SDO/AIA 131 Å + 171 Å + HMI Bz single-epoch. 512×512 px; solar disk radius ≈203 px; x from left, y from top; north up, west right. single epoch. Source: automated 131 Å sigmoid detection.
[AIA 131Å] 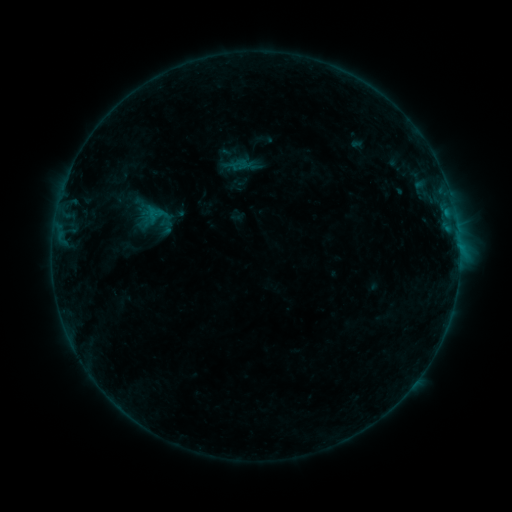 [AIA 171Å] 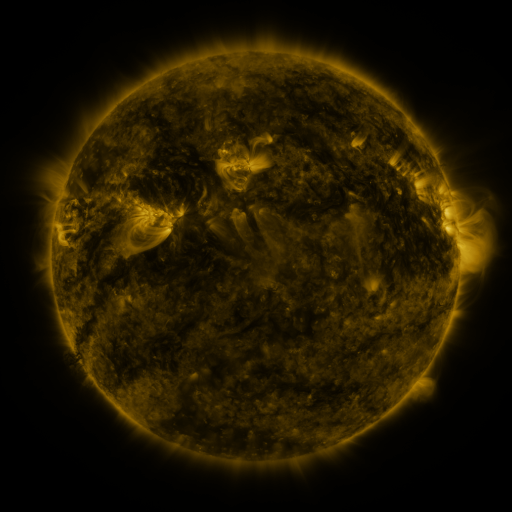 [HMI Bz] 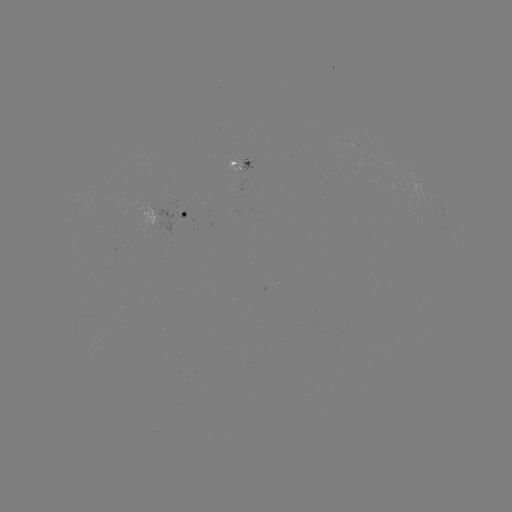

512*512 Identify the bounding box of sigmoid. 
[145, 204, 165, 223].